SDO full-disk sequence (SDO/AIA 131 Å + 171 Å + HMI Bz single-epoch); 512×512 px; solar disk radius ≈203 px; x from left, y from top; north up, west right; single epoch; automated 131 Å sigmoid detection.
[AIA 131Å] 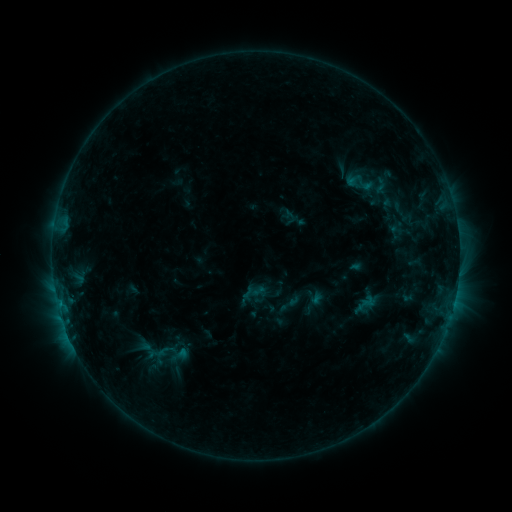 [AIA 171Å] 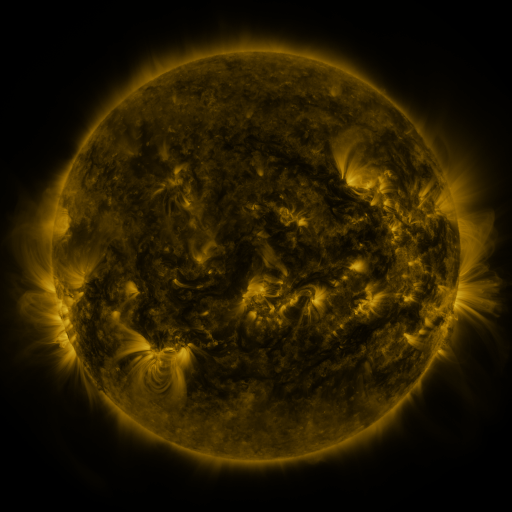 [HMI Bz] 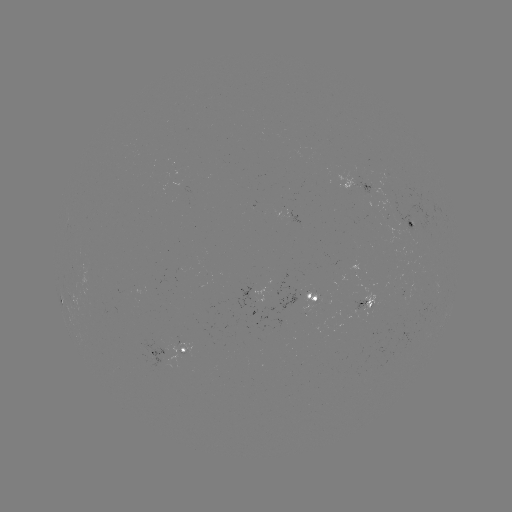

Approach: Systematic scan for sigmoid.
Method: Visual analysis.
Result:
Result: sigmoid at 361,182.